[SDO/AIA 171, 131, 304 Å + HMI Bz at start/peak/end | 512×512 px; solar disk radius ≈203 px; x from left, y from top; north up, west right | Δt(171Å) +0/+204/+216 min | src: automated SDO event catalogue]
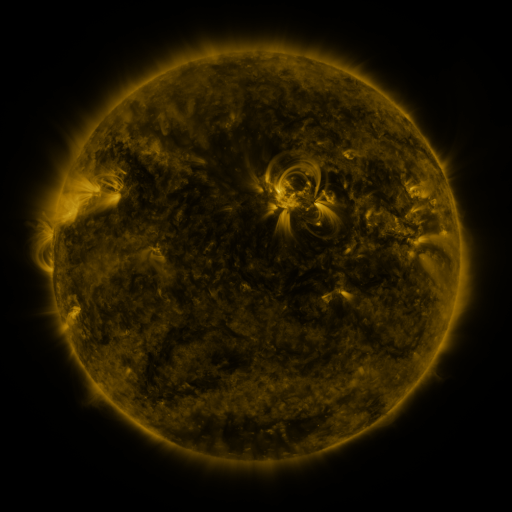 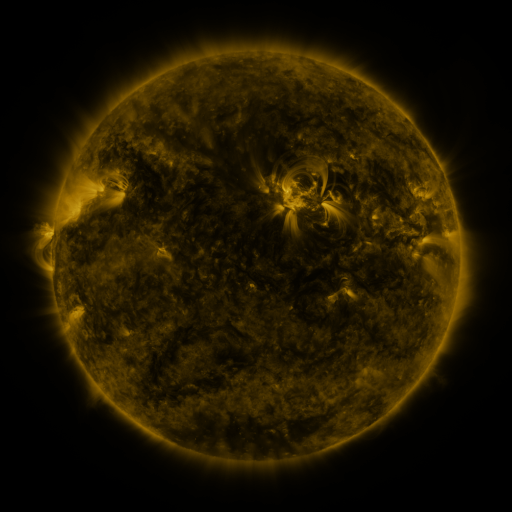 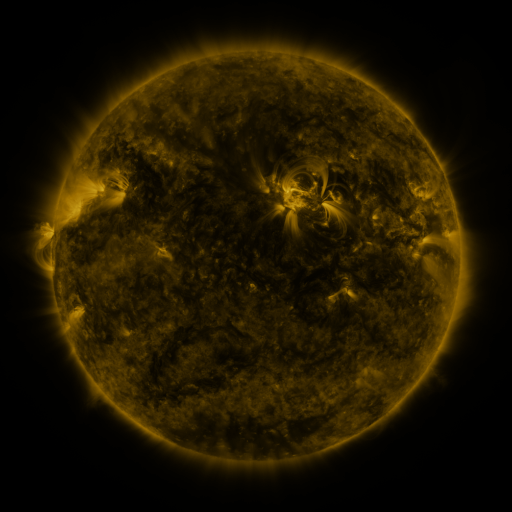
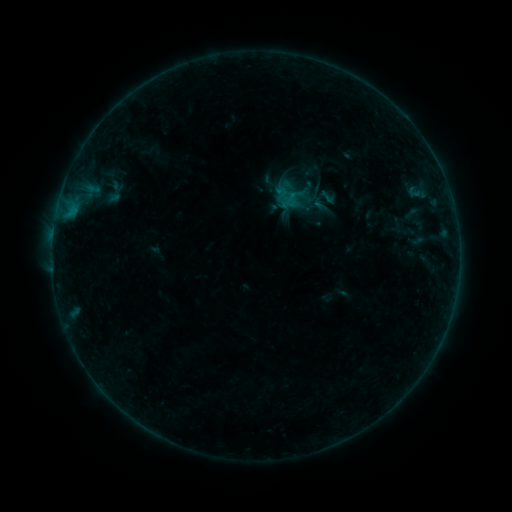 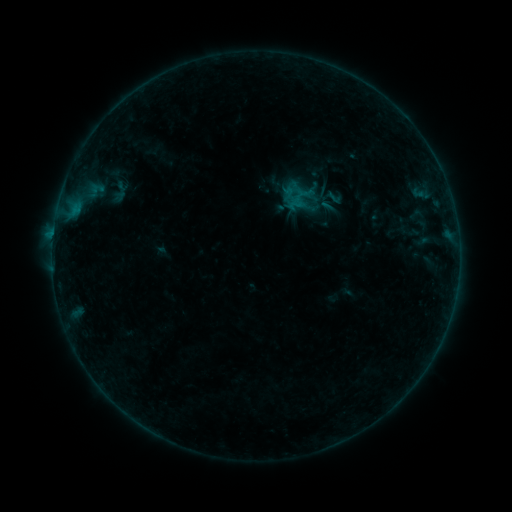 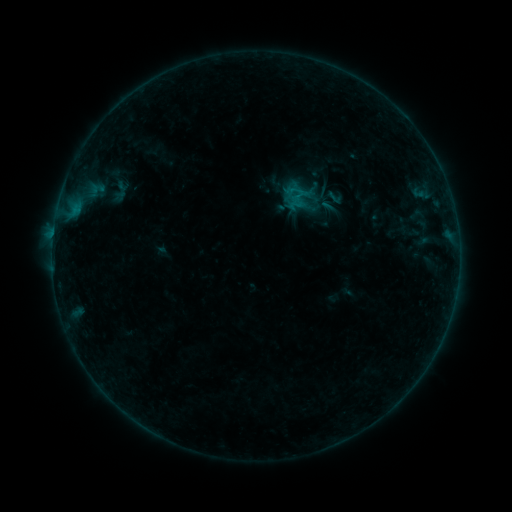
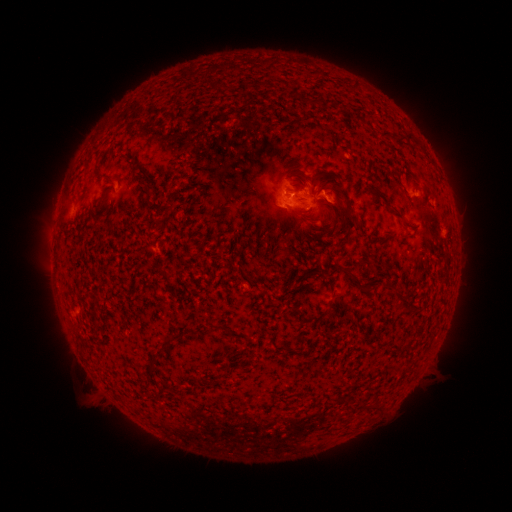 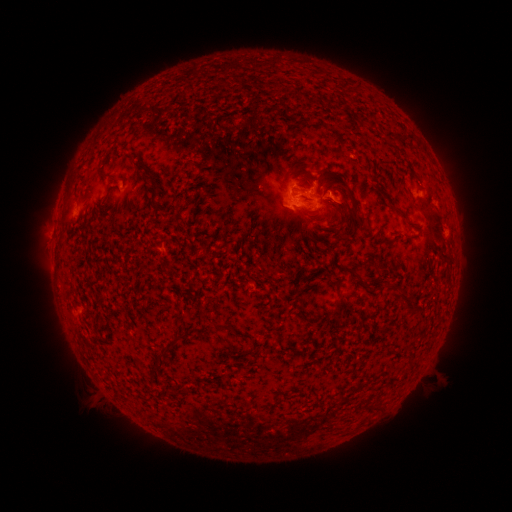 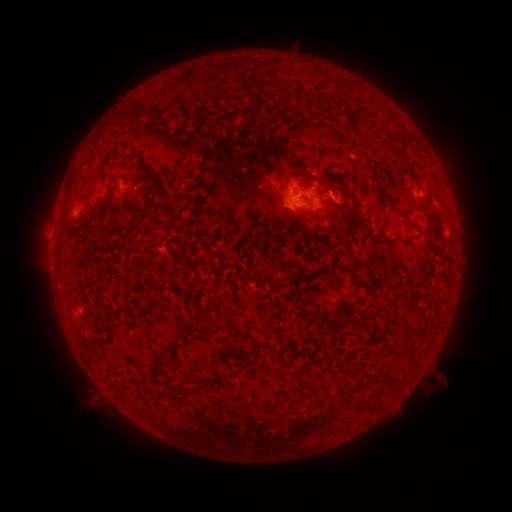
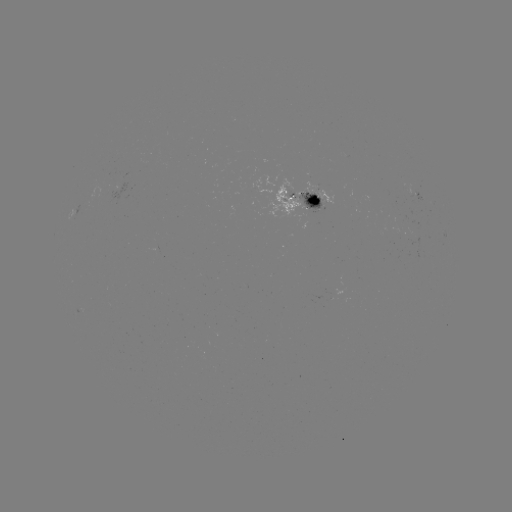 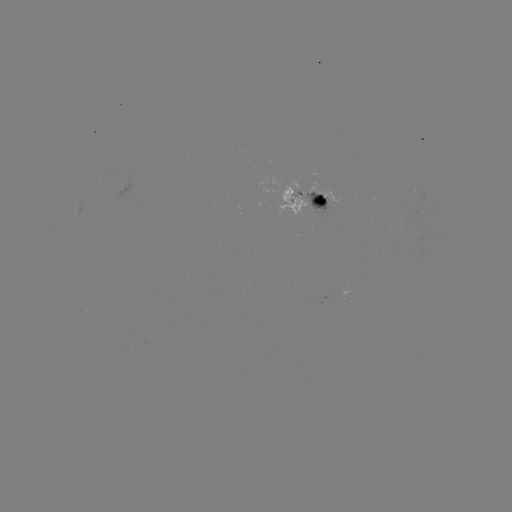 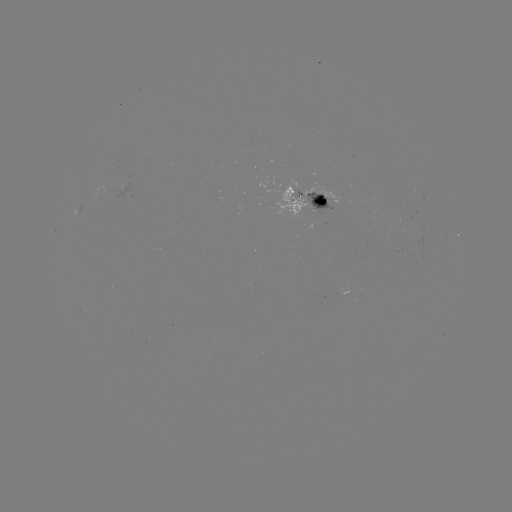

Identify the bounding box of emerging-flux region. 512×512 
[257, 175, 315, 219].